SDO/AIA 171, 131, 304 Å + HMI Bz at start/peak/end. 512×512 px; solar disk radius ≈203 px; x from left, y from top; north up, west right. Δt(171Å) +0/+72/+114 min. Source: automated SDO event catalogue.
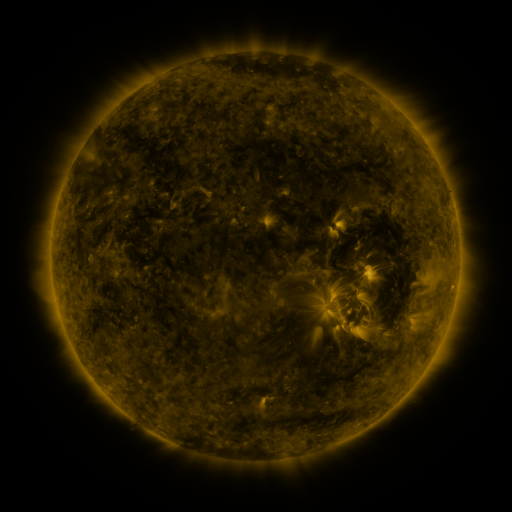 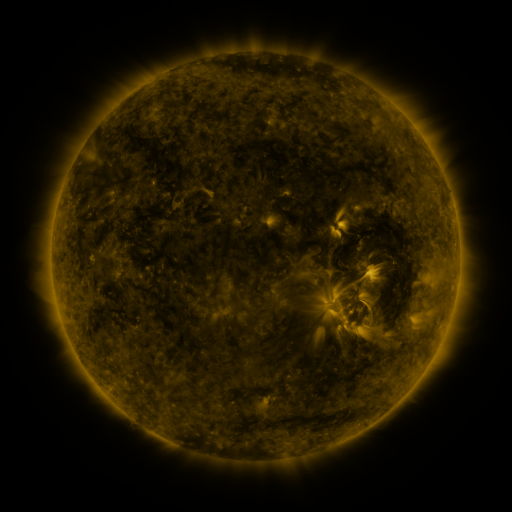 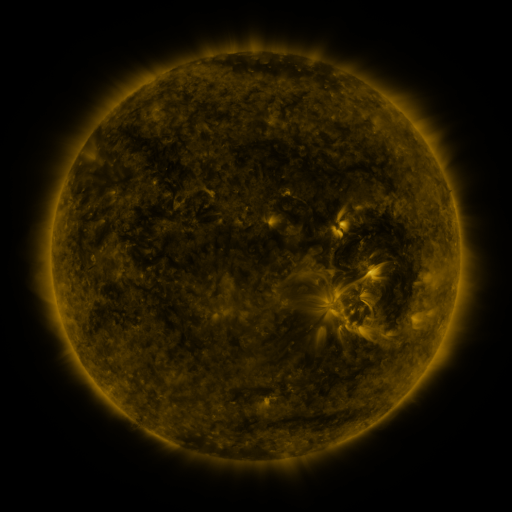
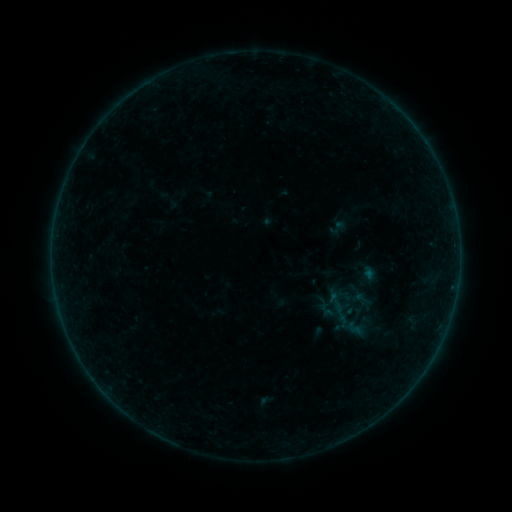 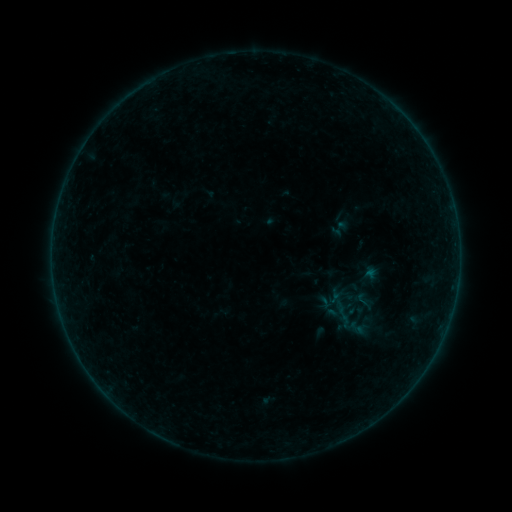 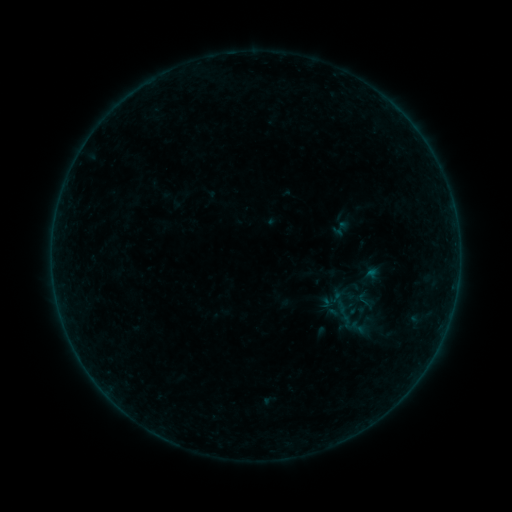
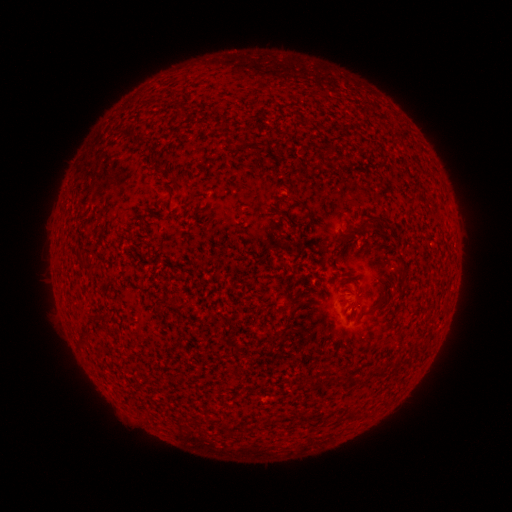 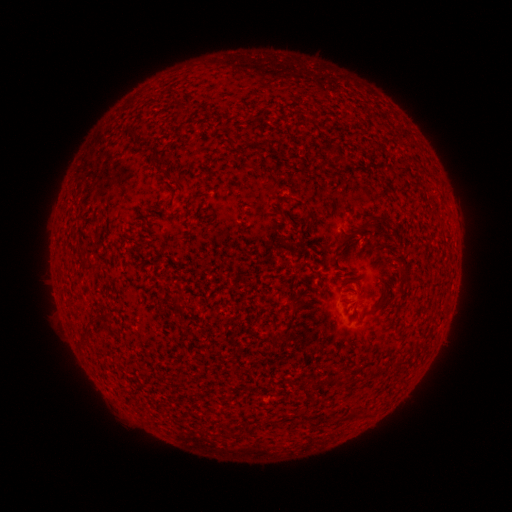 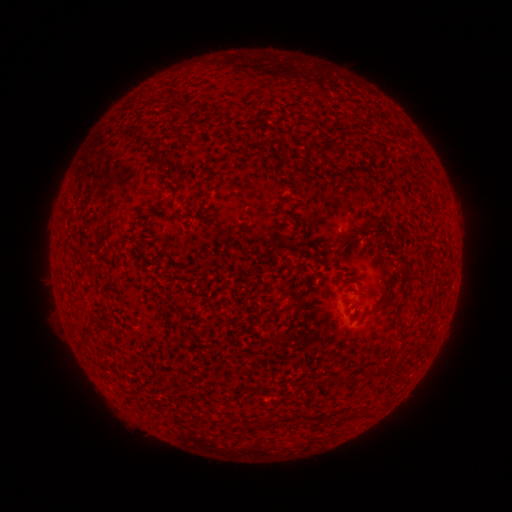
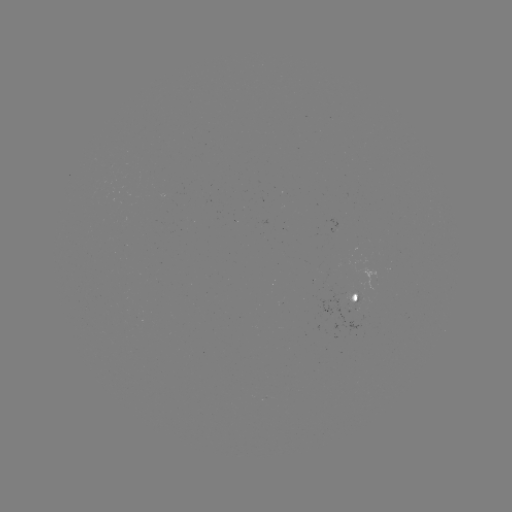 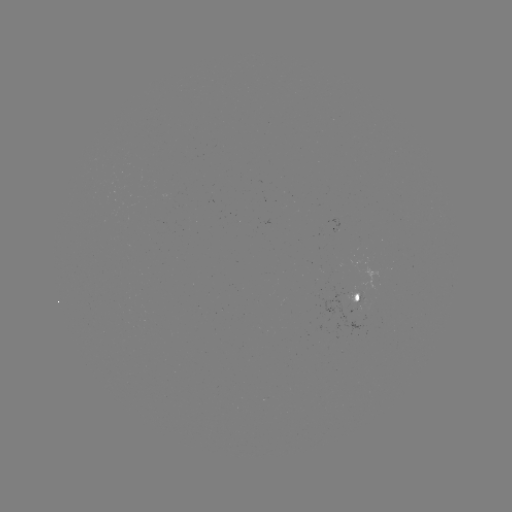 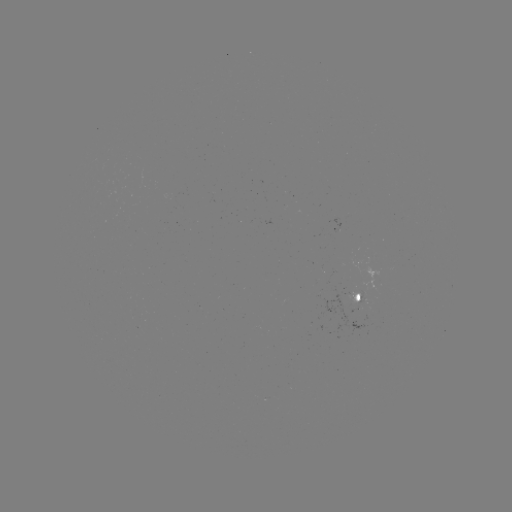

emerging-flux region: [350, 295, 358, 310]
